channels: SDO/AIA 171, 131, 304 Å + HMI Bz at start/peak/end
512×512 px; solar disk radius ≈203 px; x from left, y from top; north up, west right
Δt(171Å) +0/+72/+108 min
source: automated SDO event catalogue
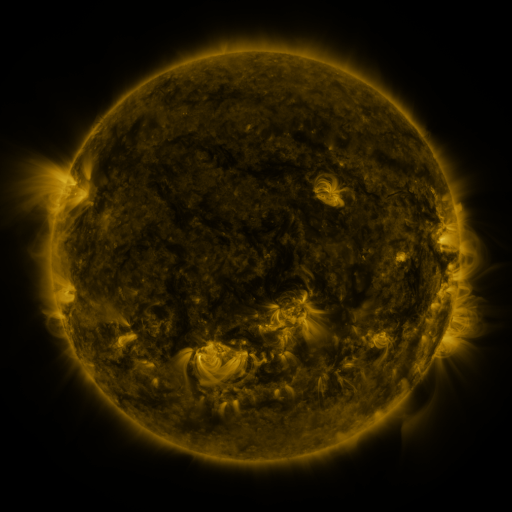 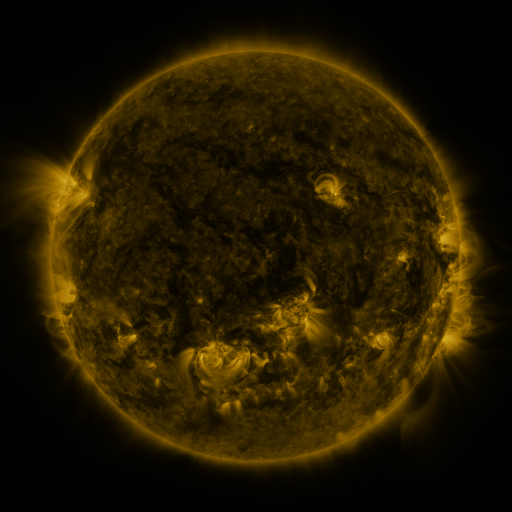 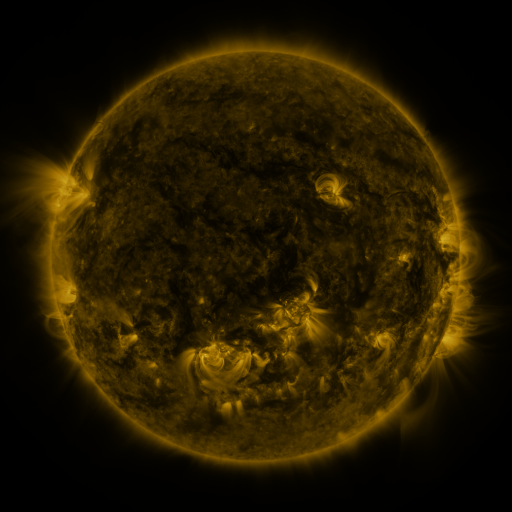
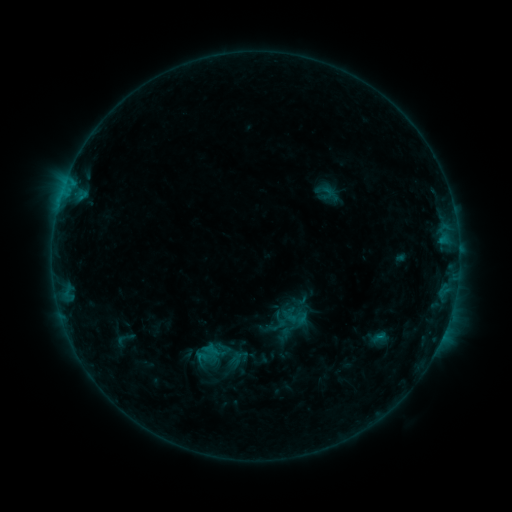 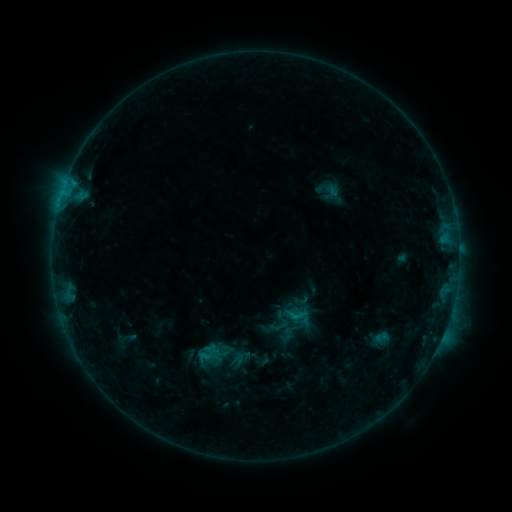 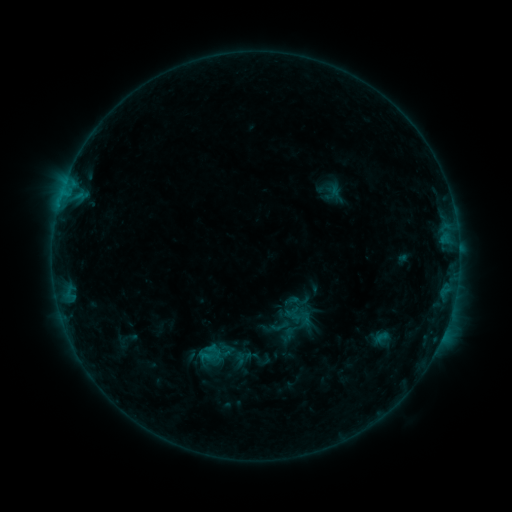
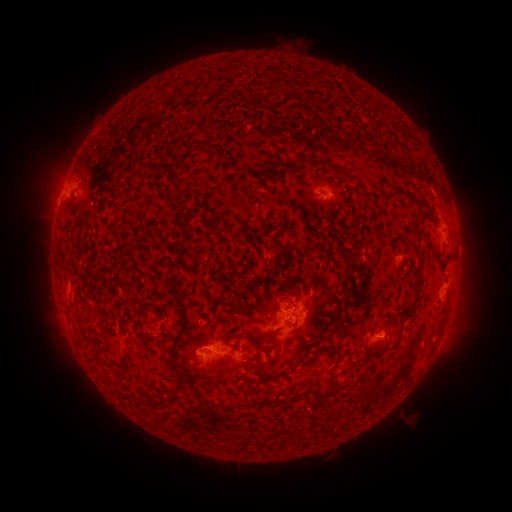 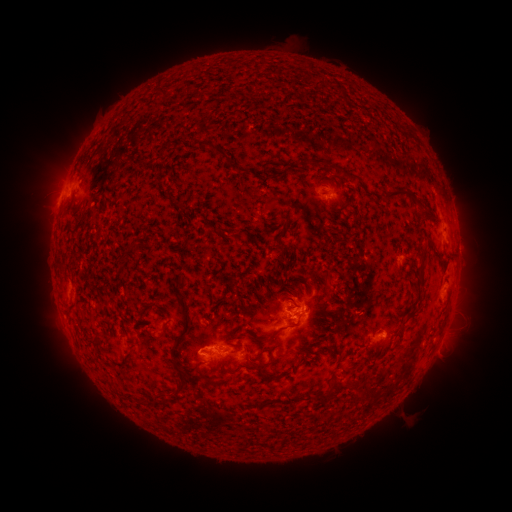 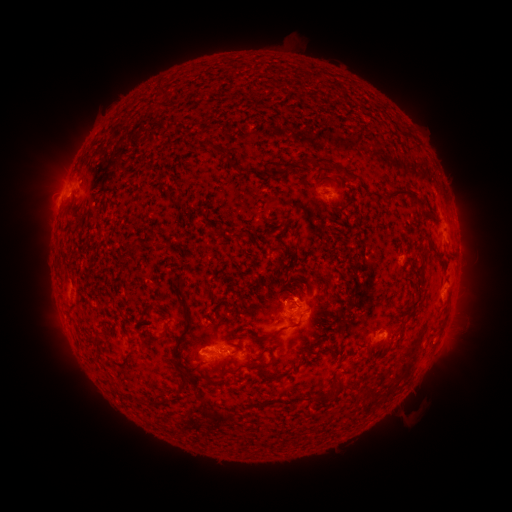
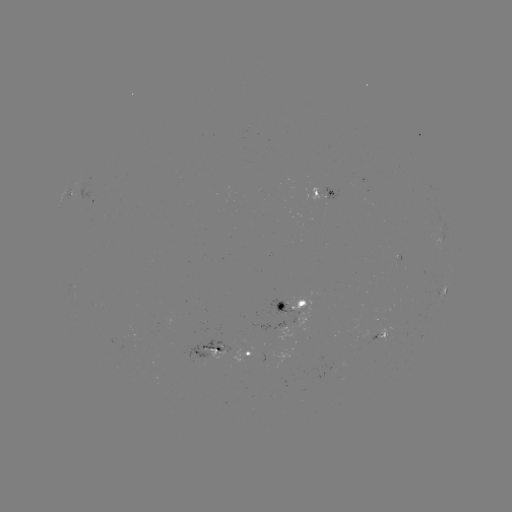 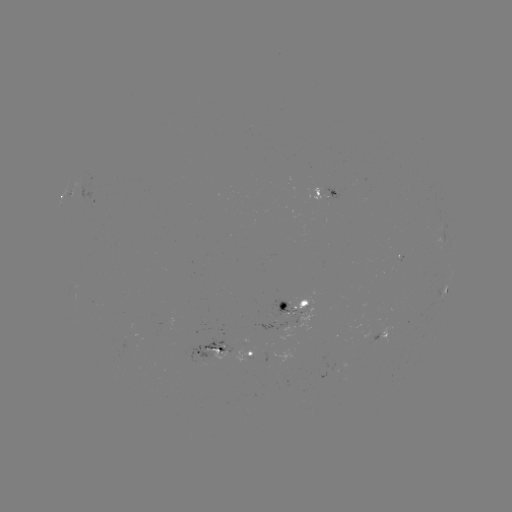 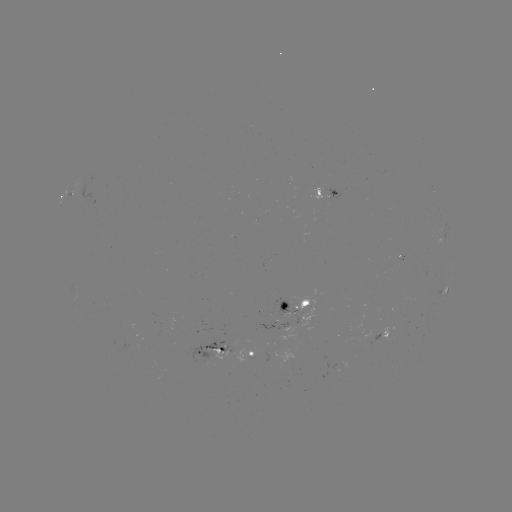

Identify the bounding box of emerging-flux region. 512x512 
[289, 289, 314, 330].